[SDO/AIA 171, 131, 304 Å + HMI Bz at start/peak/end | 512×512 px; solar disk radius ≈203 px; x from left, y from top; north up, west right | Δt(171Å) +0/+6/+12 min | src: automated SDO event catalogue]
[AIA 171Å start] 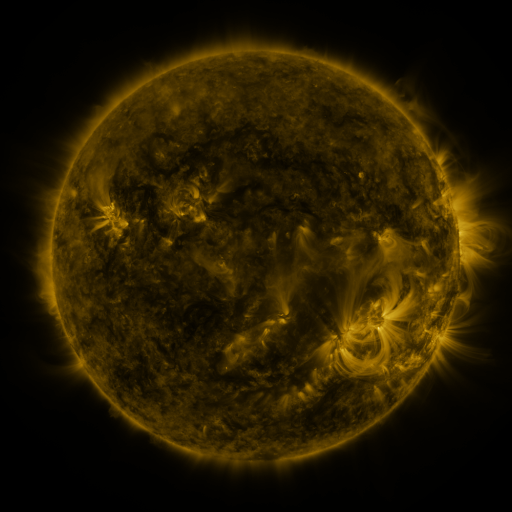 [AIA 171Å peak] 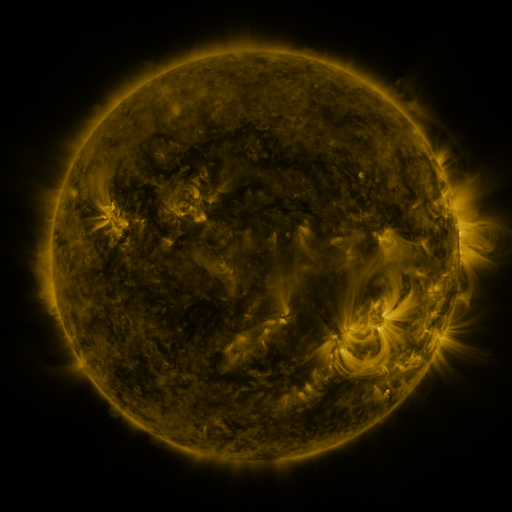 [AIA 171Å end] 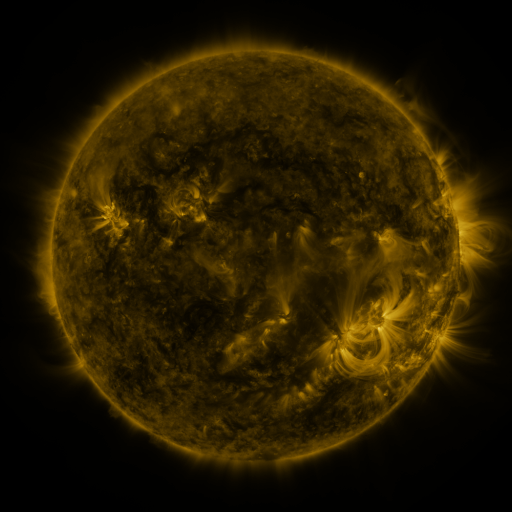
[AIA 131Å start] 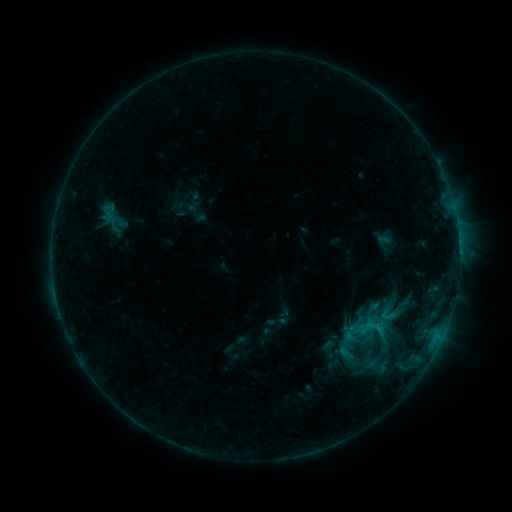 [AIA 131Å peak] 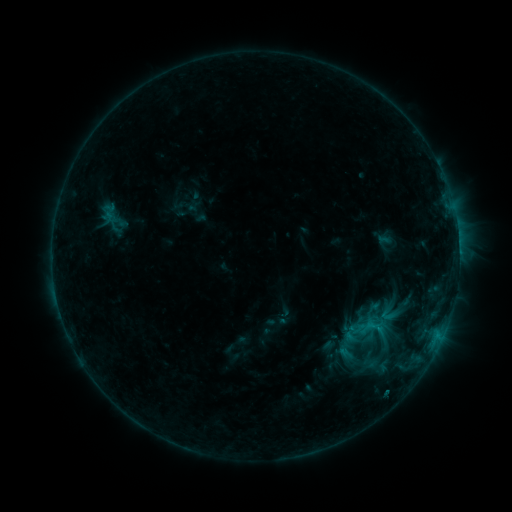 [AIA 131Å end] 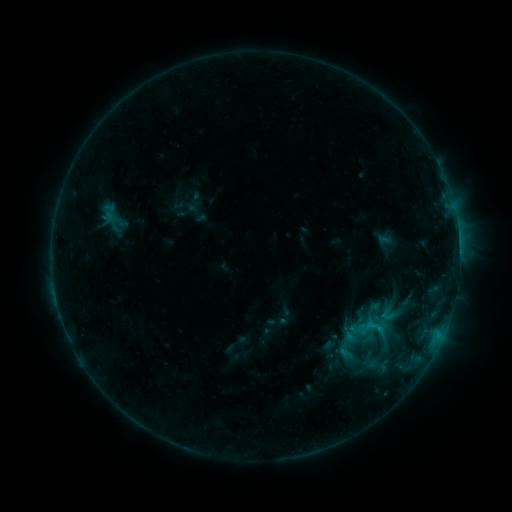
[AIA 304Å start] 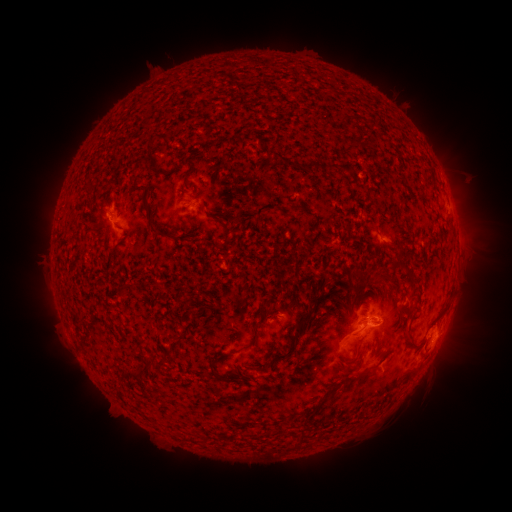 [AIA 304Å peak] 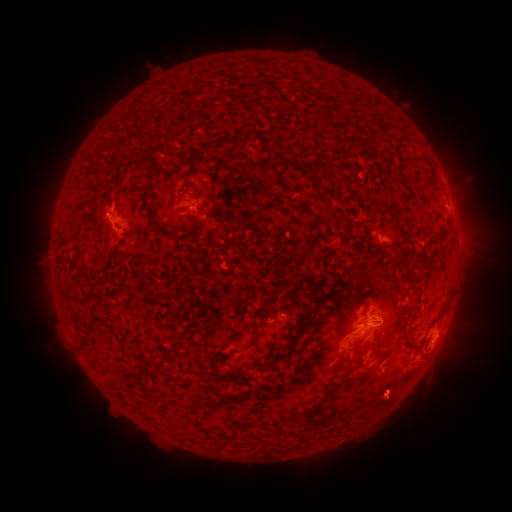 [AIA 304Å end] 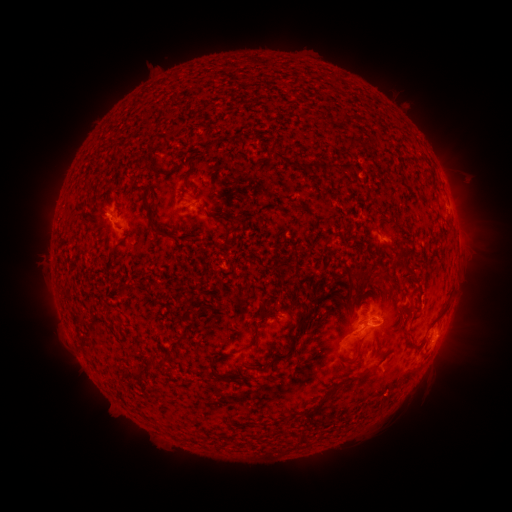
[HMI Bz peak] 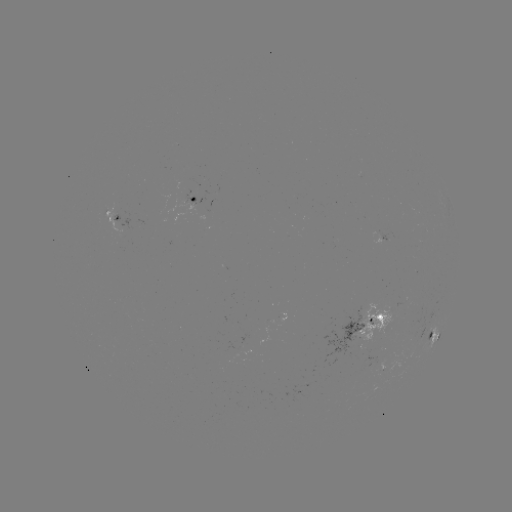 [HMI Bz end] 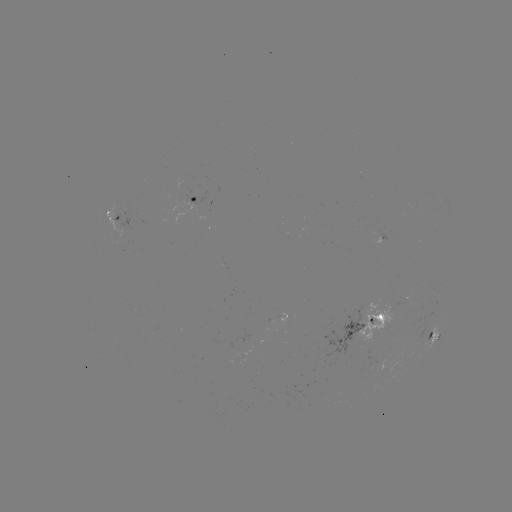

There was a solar eruption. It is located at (392, 388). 